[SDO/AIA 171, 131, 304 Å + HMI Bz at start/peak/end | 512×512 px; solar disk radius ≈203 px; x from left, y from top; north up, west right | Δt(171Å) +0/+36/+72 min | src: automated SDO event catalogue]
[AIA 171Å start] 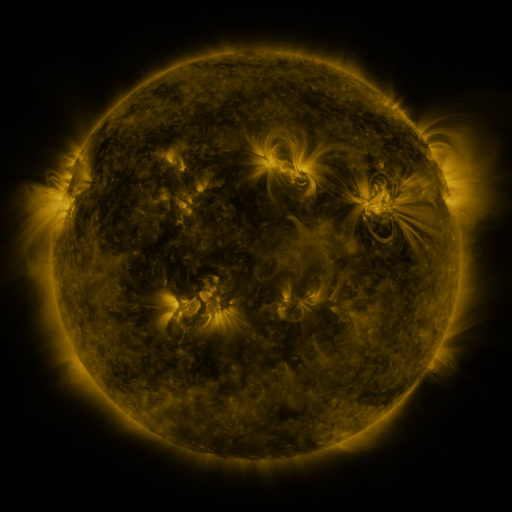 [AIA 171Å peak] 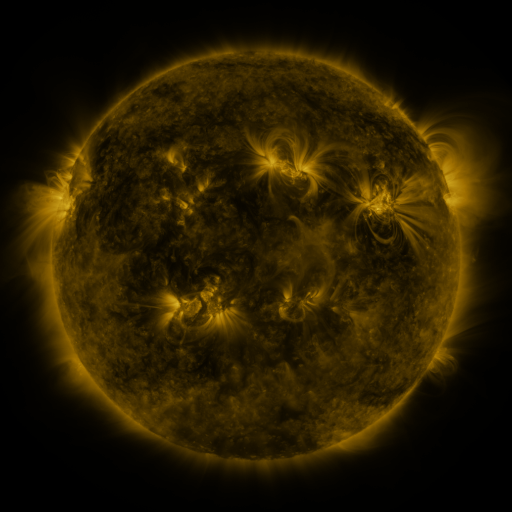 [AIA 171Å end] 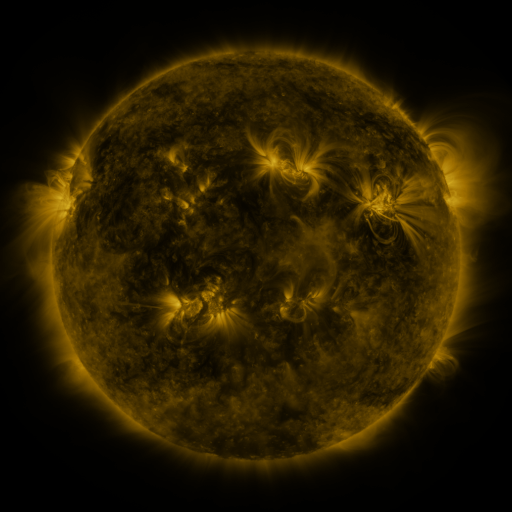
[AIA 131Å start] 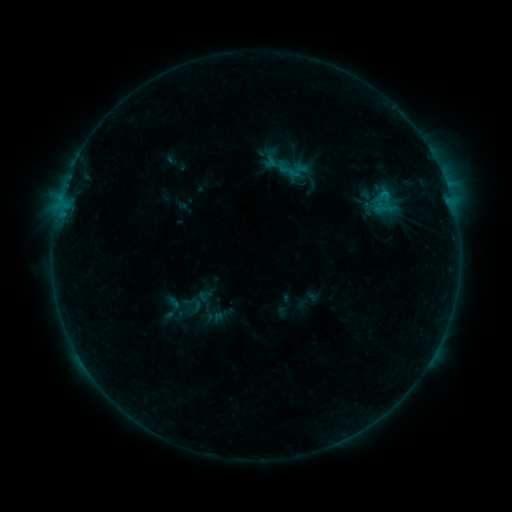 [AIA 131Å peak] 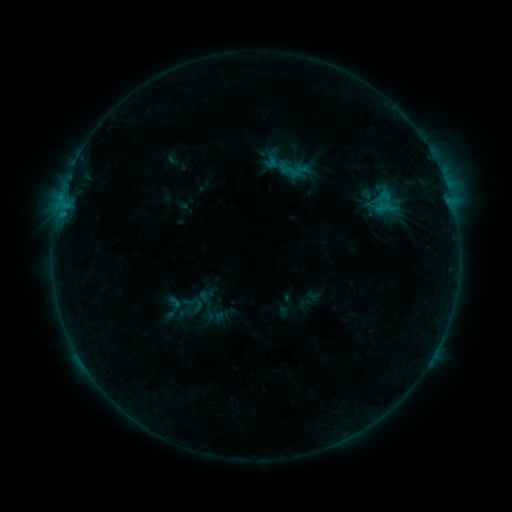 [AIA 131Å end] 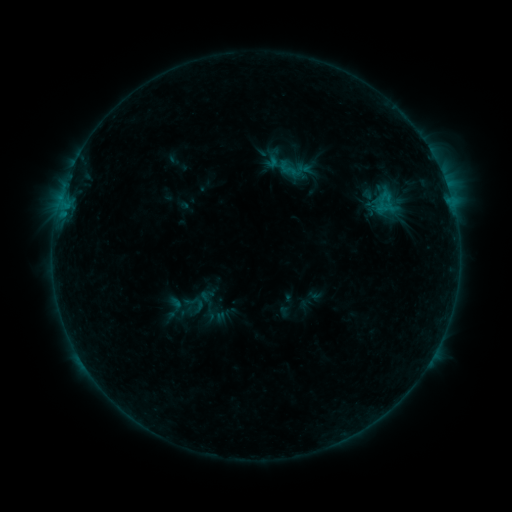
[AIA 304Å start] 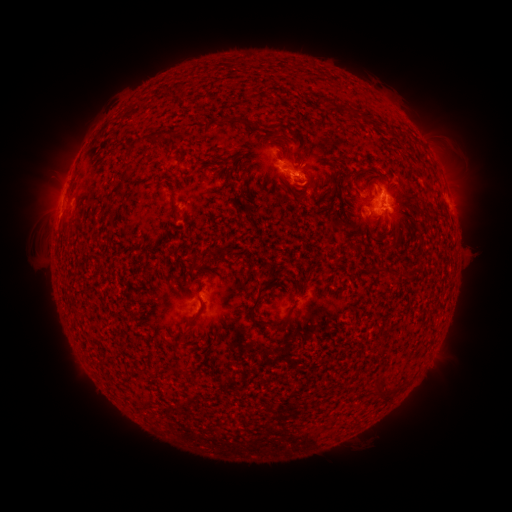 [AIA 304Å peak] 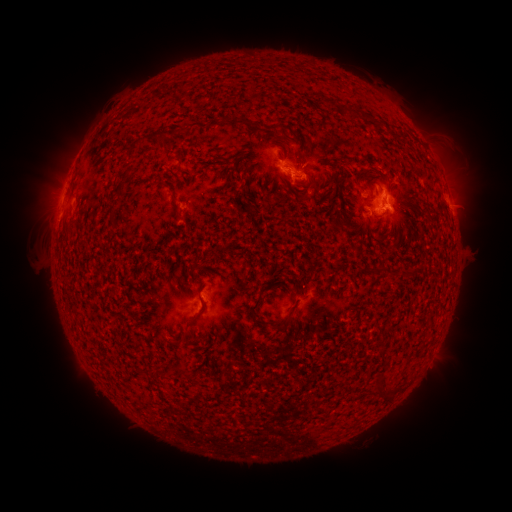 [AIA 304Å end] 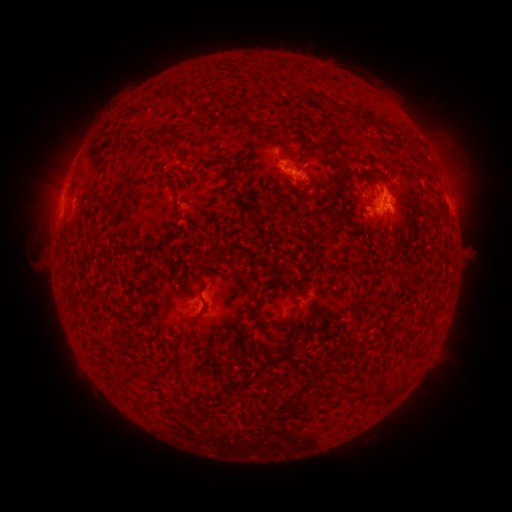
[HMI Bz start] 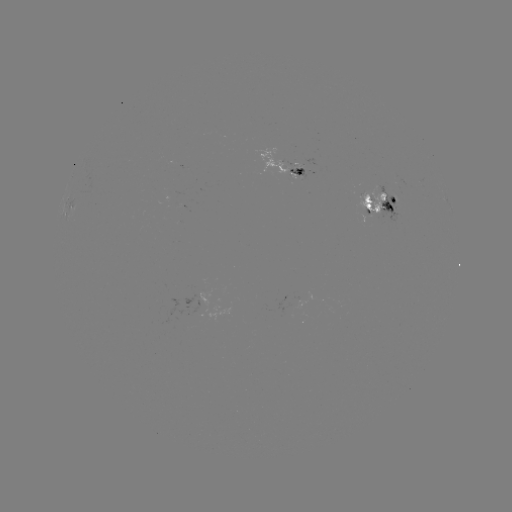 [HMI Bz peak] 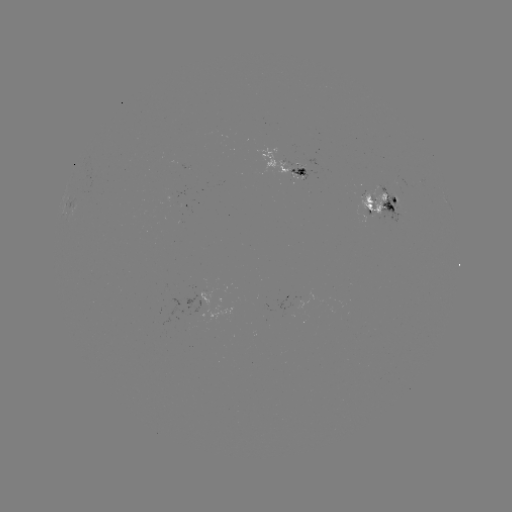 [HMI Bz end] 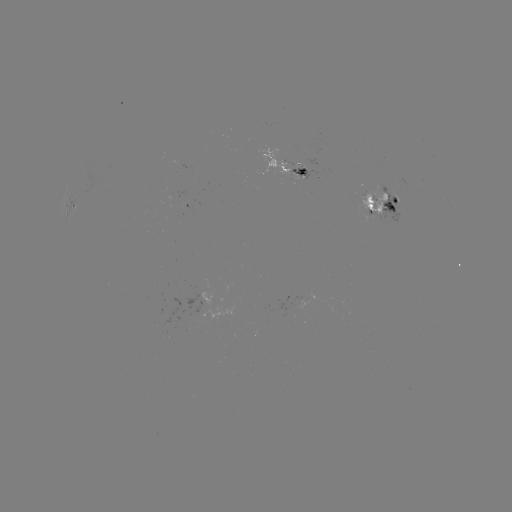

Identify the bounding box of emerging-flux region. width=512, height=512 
[358, 187, 388, 216].